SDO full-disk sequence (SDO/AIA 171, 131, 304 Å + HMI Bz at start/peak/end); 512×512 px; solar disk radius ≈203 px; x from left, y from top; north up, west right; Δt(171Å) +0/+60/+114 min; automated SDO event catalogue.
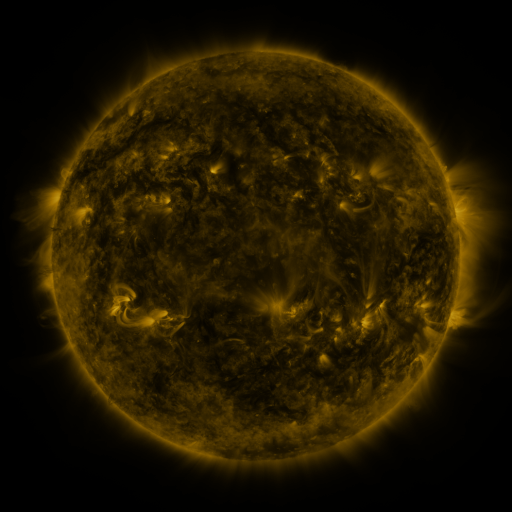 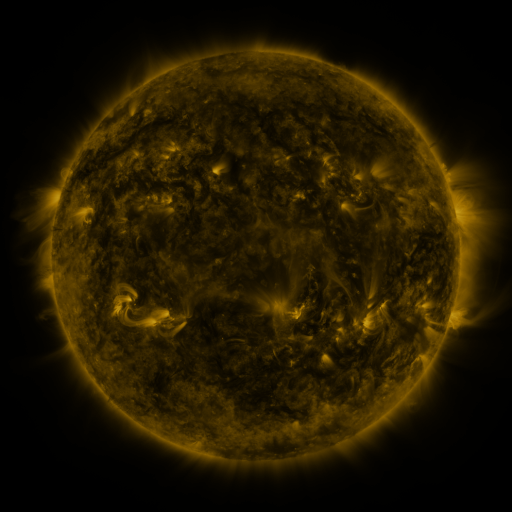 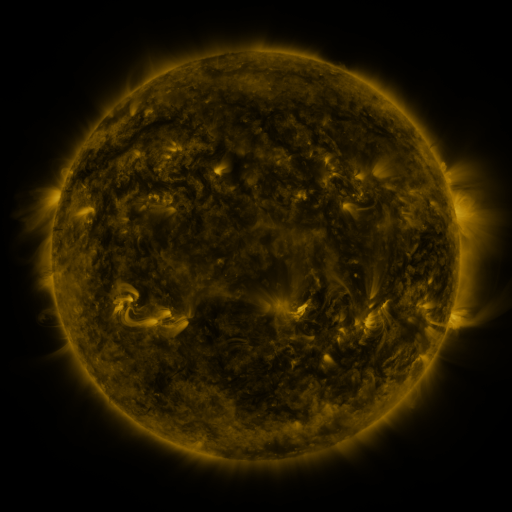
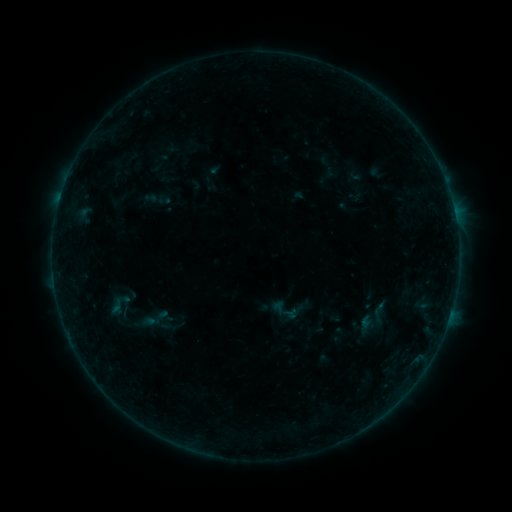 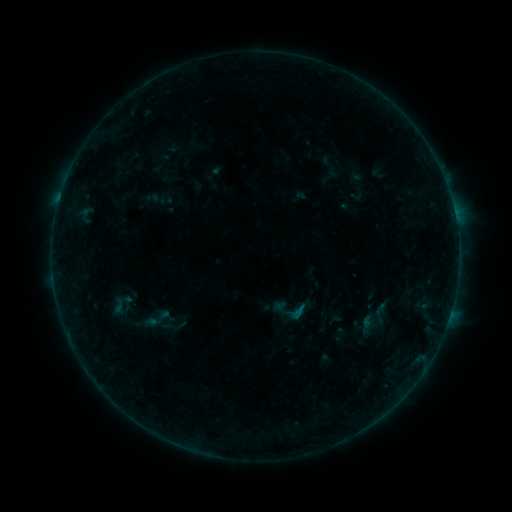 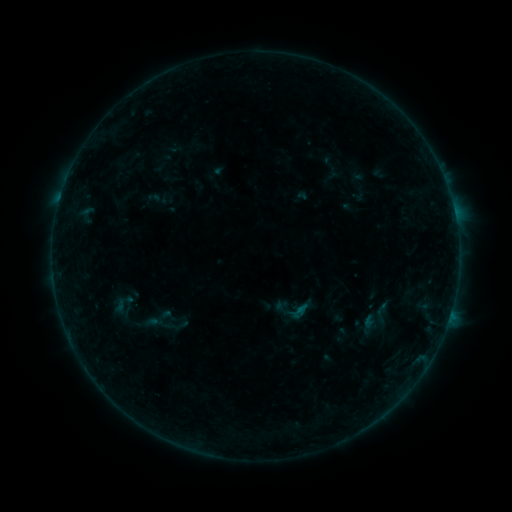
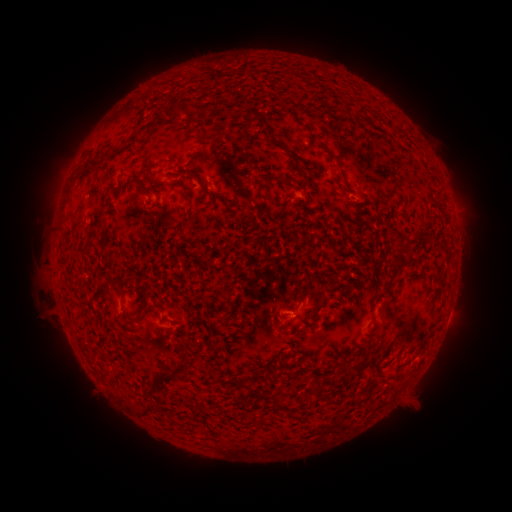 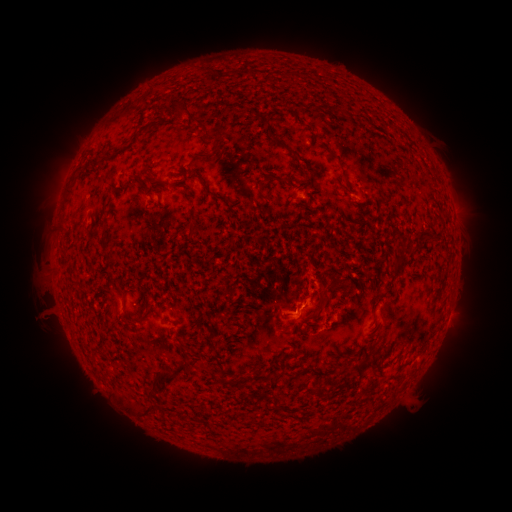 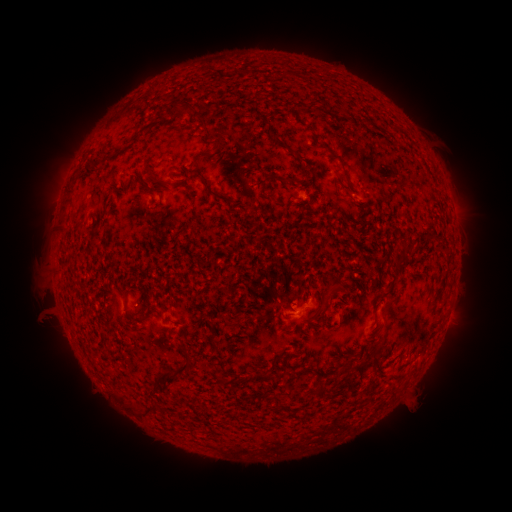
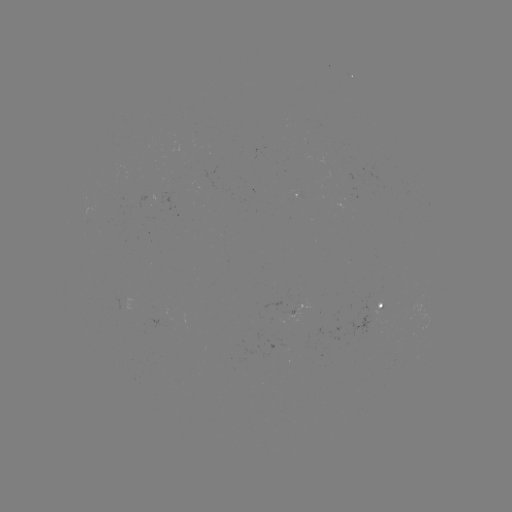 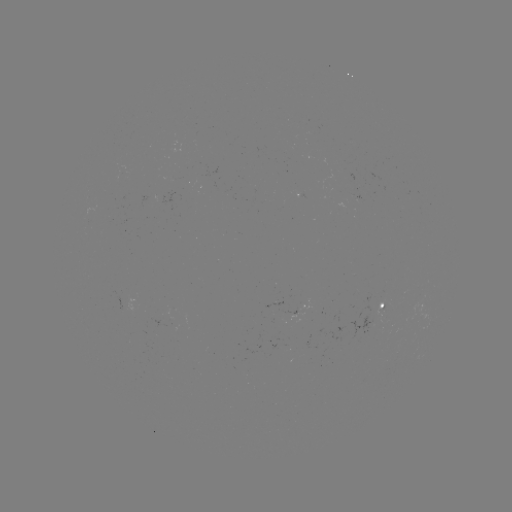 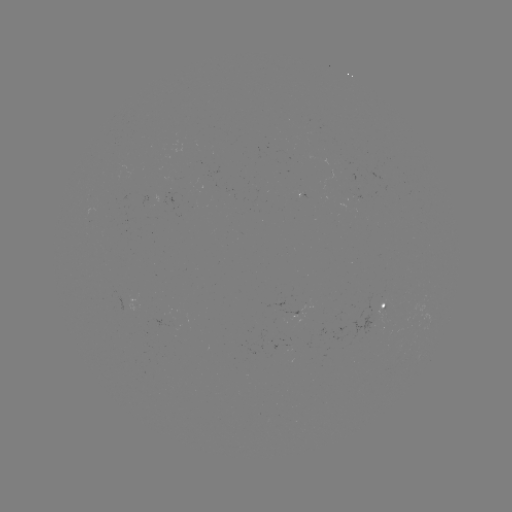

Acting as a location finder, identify B1.9 flare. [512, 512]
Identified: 300,307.